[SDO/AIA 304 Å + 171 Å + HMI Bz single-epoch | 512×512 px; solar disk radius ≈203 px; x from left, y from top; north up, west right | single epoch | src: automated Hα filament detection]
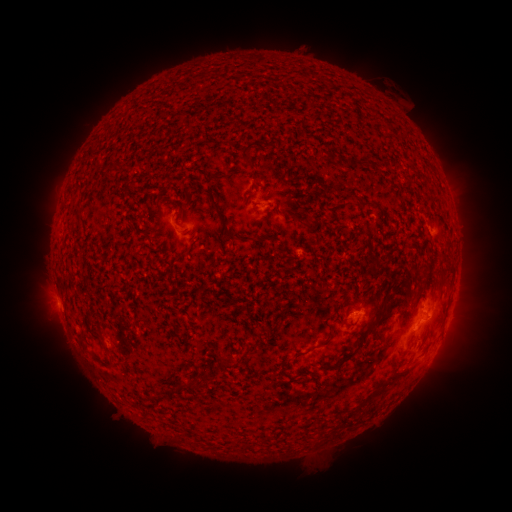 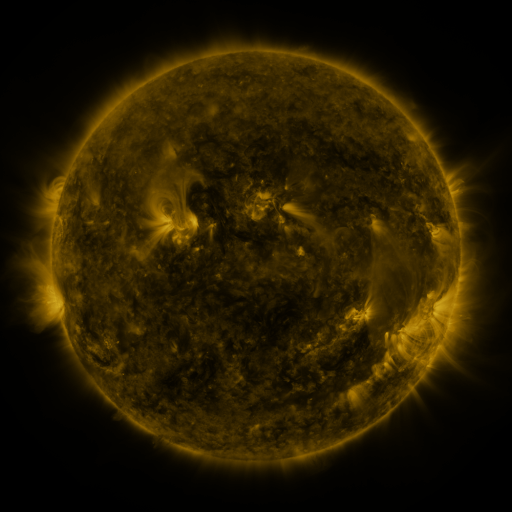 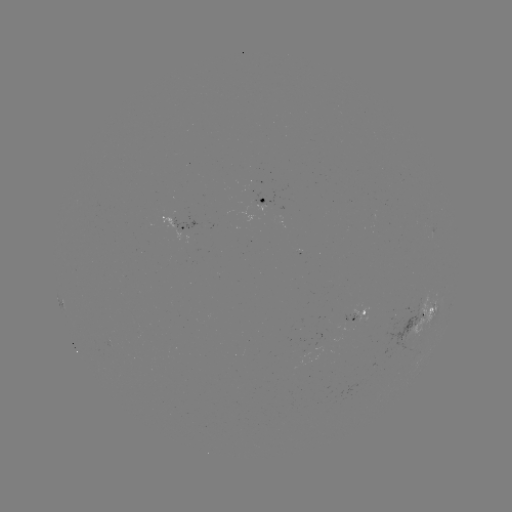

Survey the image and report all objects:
filament: (244, 152)
filament: (354, 165)
filament: (367, 205)
filament: (223, 221)
filament: (157, 237)
filament: (183, 253)
filament: (427, 267)
filament: (407, 296)
filament: (371, 326)
filament: (101, 331)
filament: (82, 340)
filament: (304, 353)
filament: (349, 355)
filament: (226, 364)
filament: (398, 376)
filament: (187, 383)
